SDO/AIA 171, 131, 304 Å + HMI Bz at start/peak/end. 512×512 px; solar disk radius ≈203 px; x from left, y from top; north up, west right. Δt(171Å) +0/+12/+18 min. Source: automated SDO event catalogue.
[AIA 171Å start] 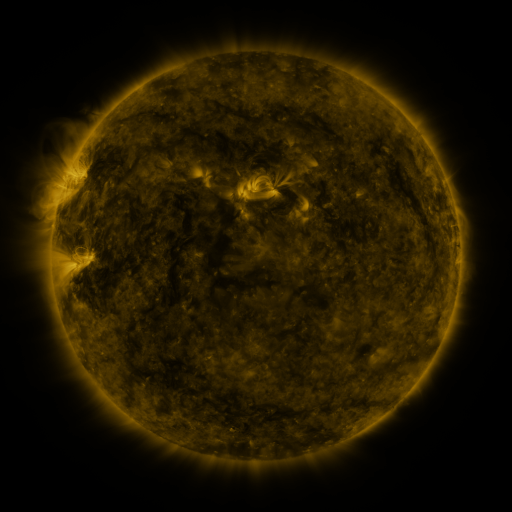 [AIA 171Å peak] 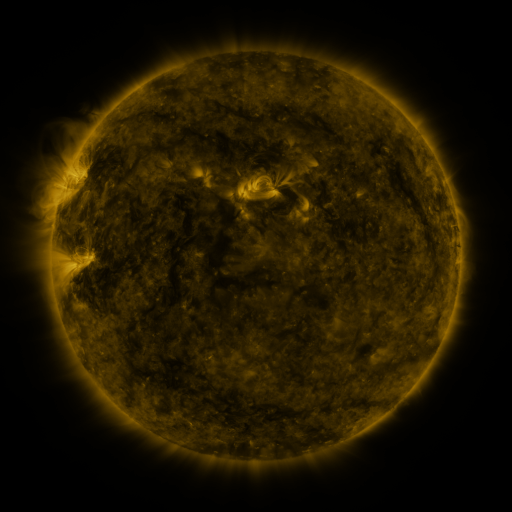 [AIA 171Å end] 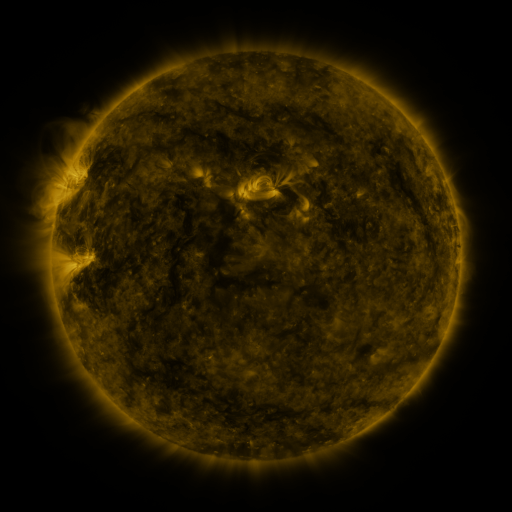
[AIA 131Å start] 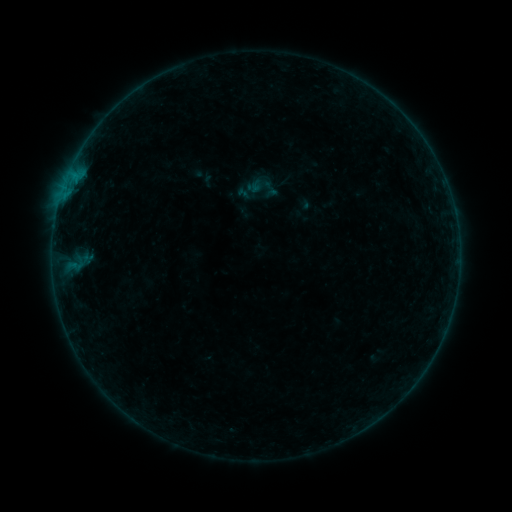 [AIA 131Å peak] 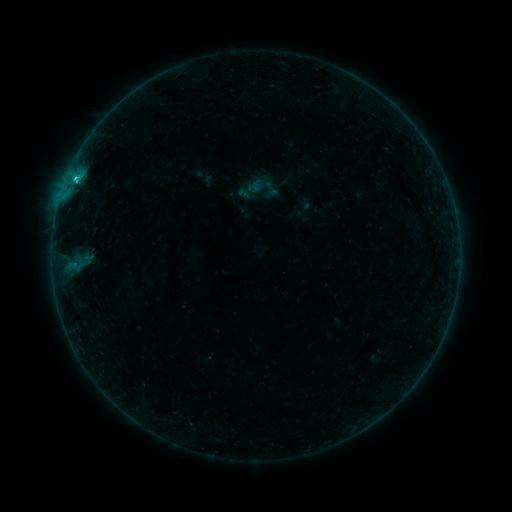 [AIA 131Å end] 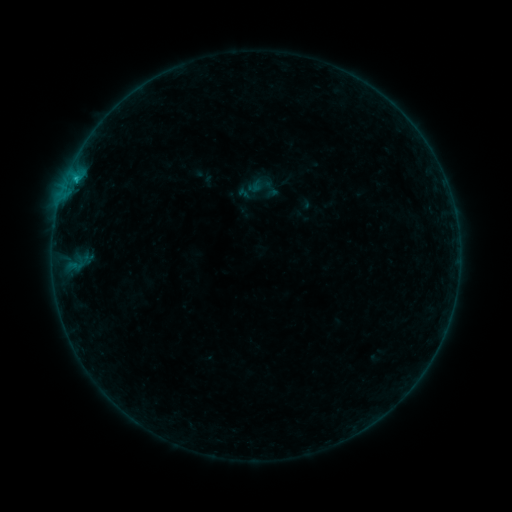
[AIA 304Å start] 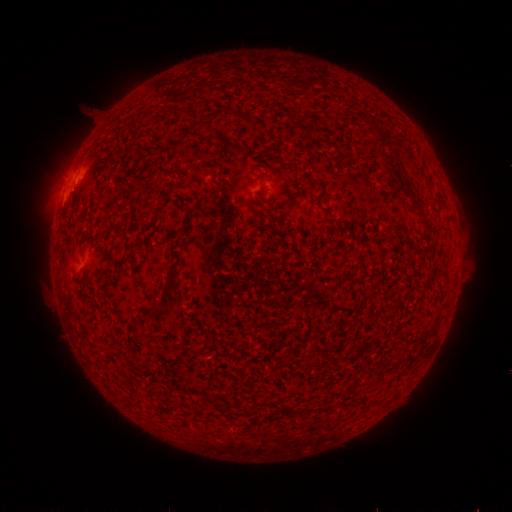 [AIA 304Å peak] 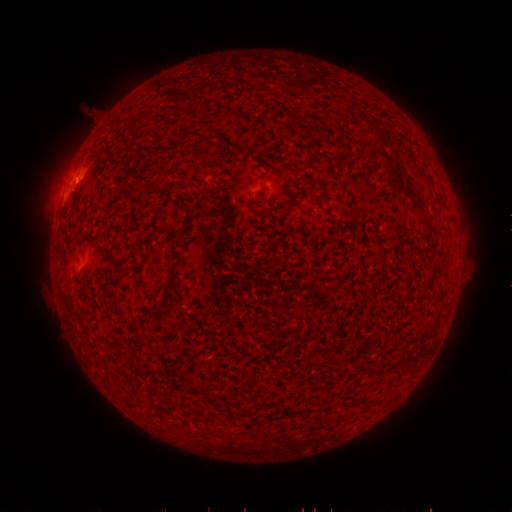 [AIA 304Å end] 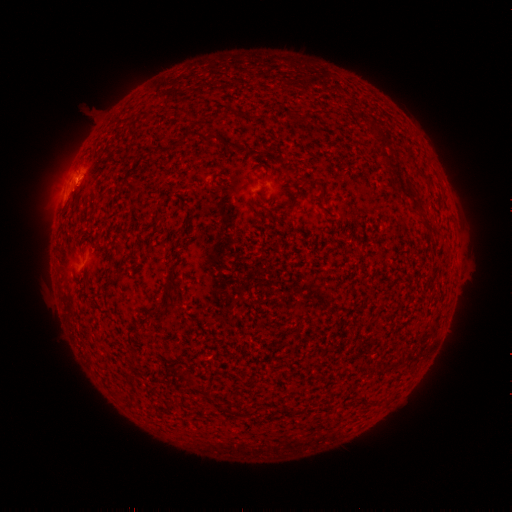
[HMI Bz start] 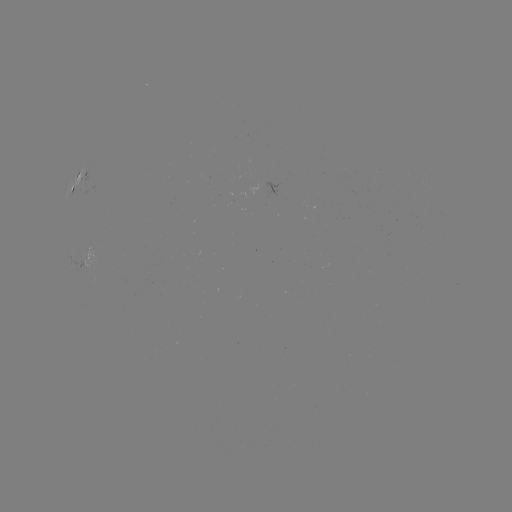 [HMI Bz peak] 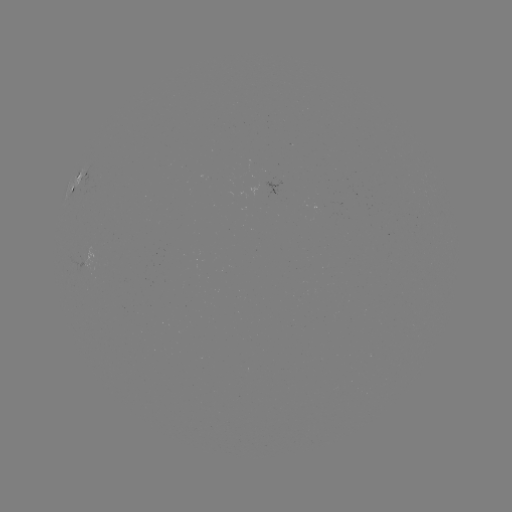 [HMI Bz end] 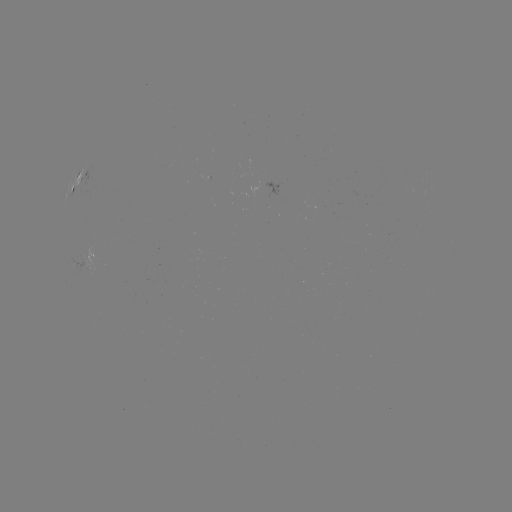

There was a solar flare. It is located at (76, 181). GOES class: B7.5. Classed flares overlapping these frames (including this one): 1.